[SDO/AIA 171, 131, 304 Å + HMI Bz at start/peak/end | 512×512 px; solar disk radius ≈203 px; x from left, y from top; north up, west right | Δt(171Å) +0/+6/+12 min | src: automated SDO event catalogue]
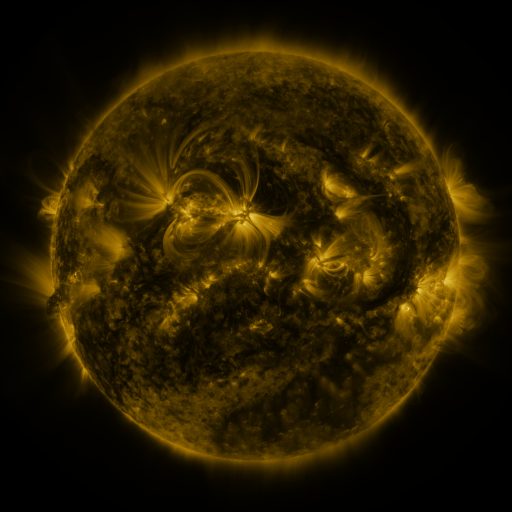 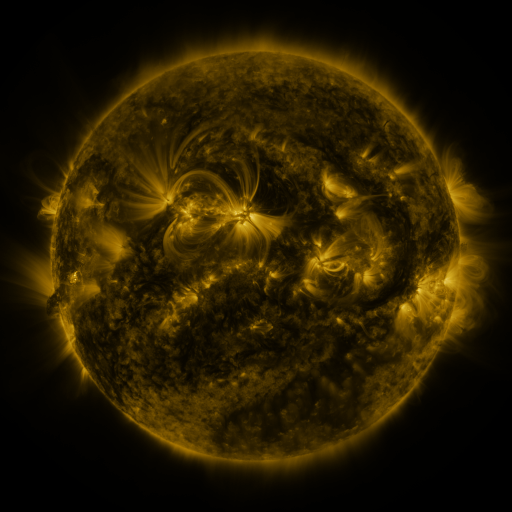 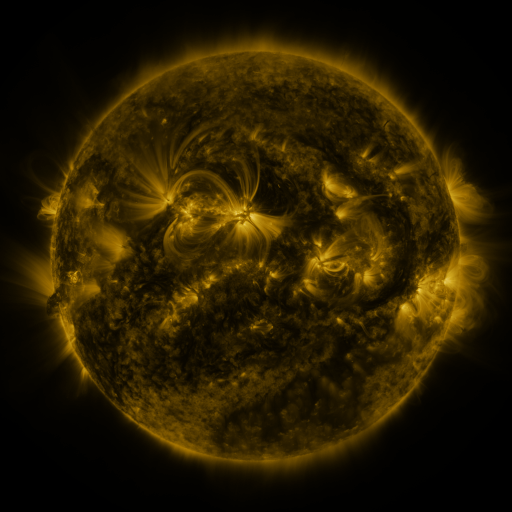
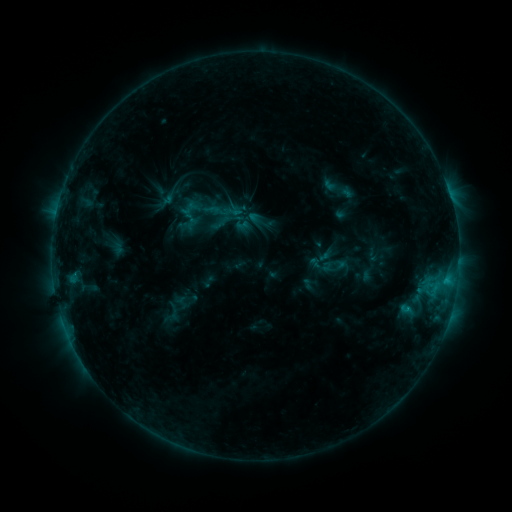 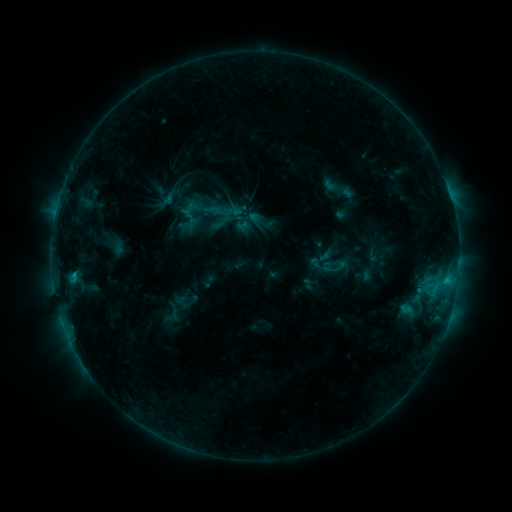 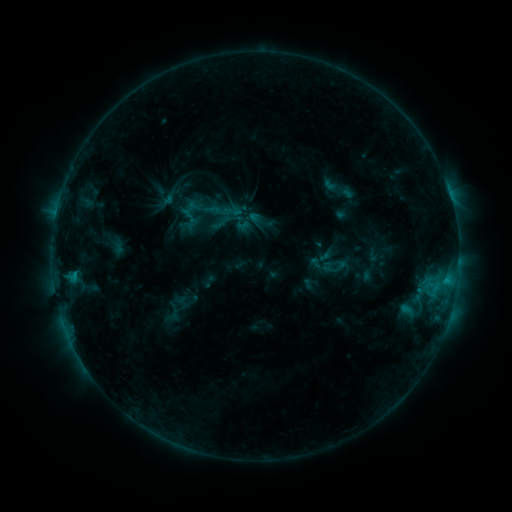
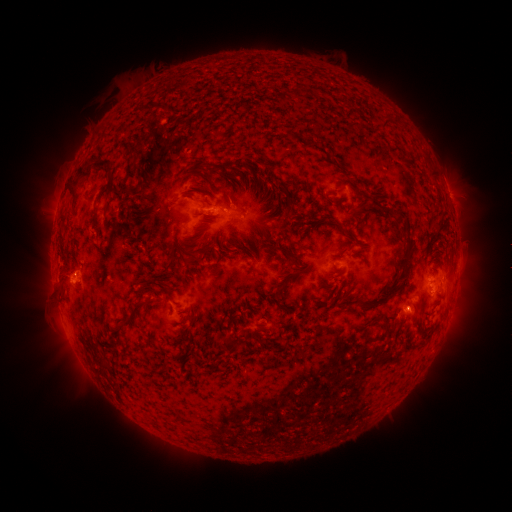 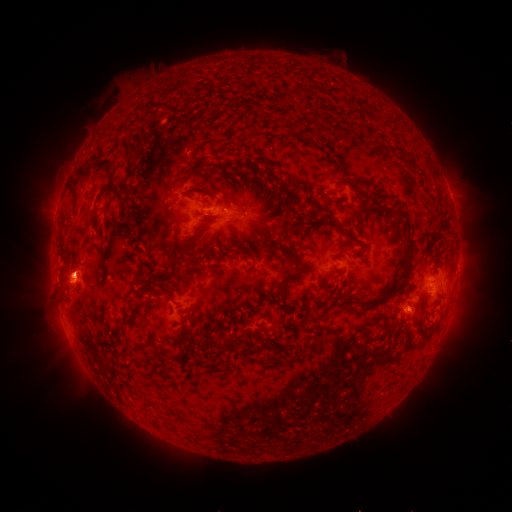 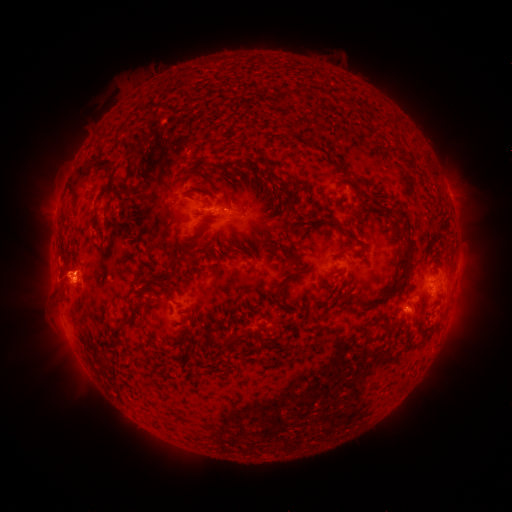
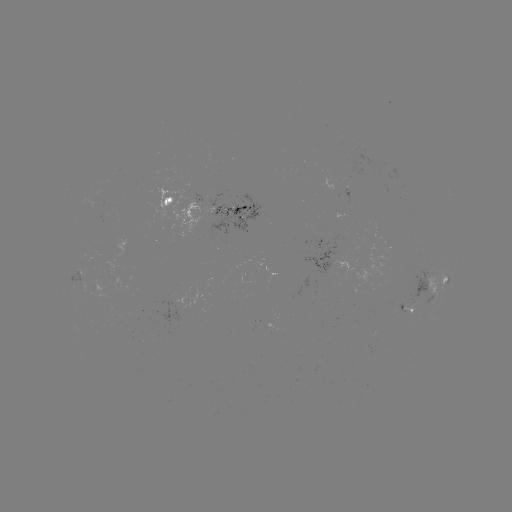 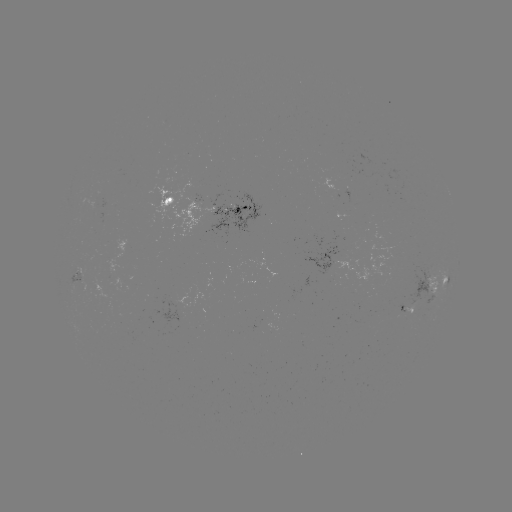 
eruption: [44, 241, 100, 317]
